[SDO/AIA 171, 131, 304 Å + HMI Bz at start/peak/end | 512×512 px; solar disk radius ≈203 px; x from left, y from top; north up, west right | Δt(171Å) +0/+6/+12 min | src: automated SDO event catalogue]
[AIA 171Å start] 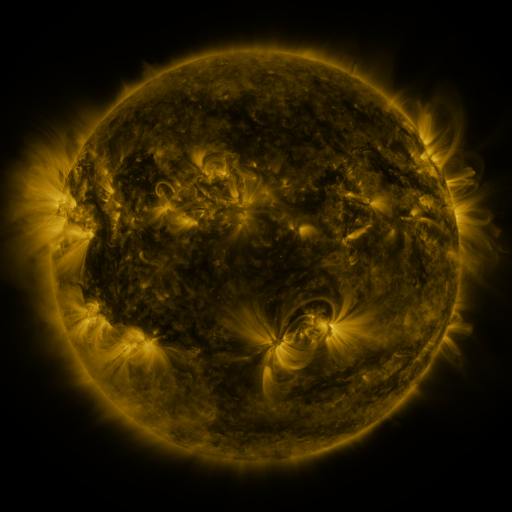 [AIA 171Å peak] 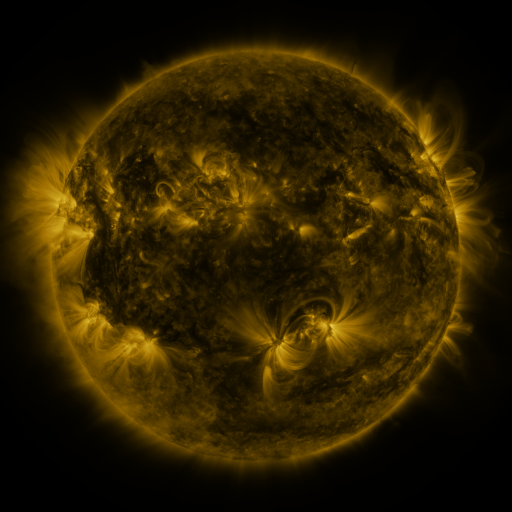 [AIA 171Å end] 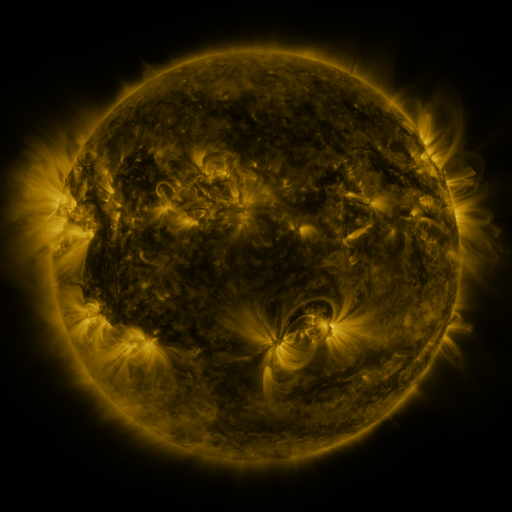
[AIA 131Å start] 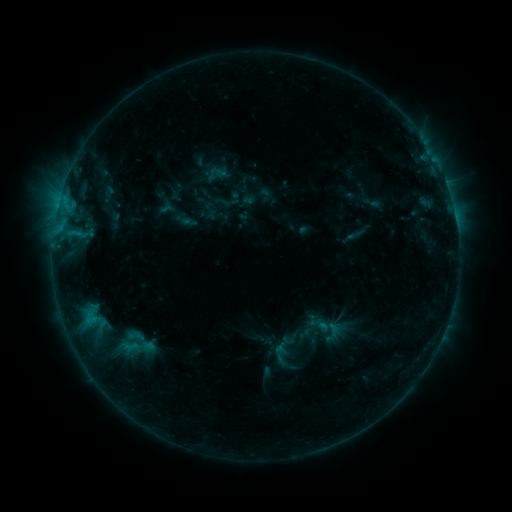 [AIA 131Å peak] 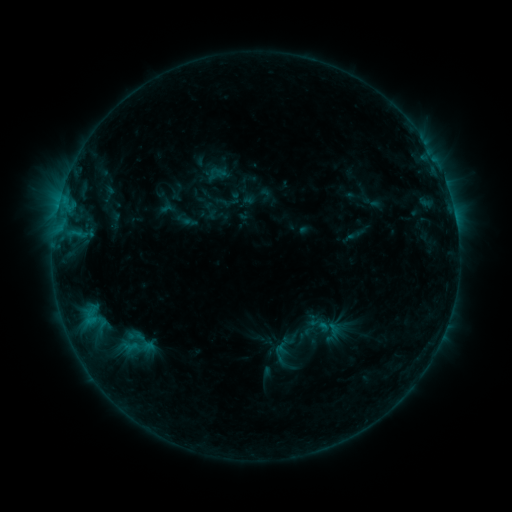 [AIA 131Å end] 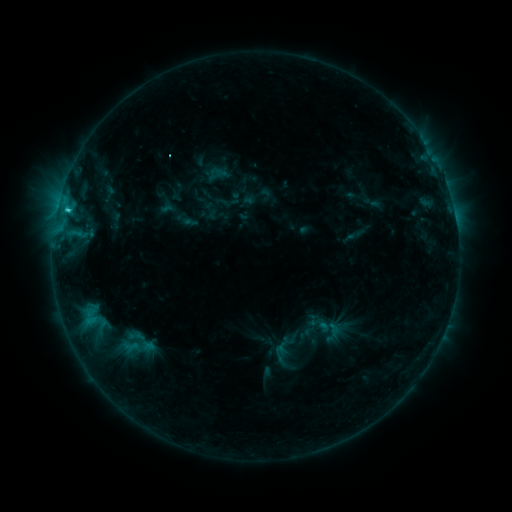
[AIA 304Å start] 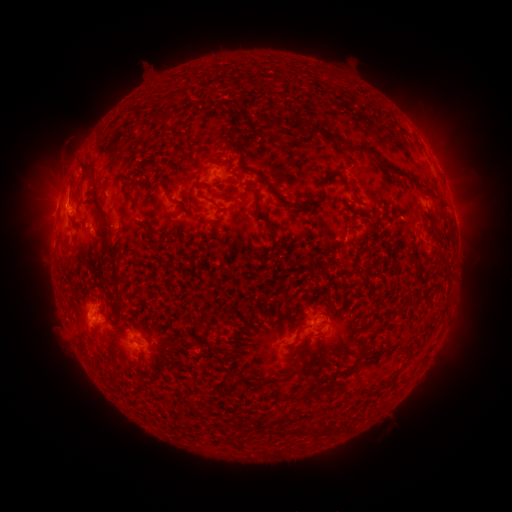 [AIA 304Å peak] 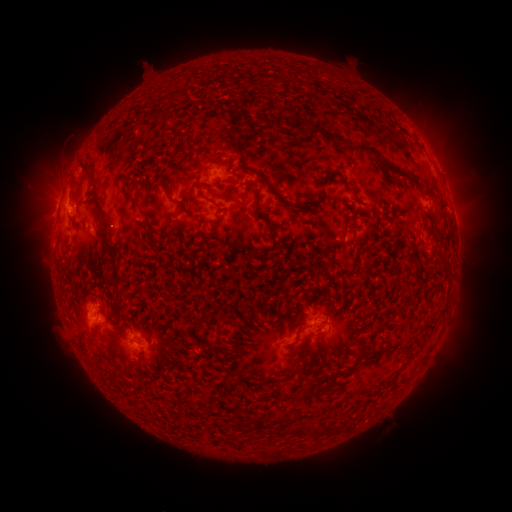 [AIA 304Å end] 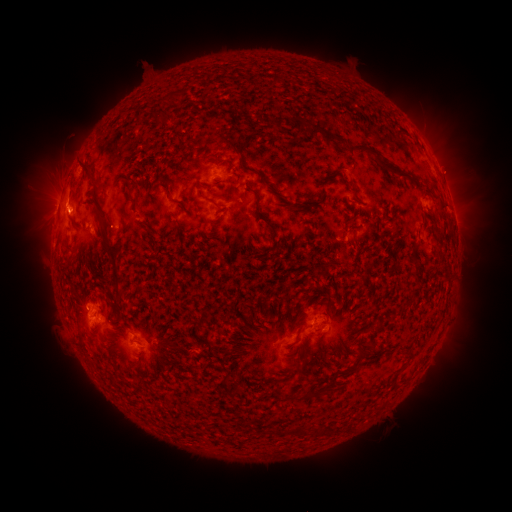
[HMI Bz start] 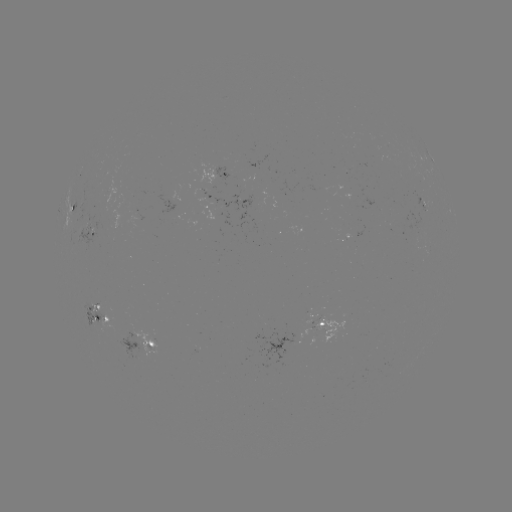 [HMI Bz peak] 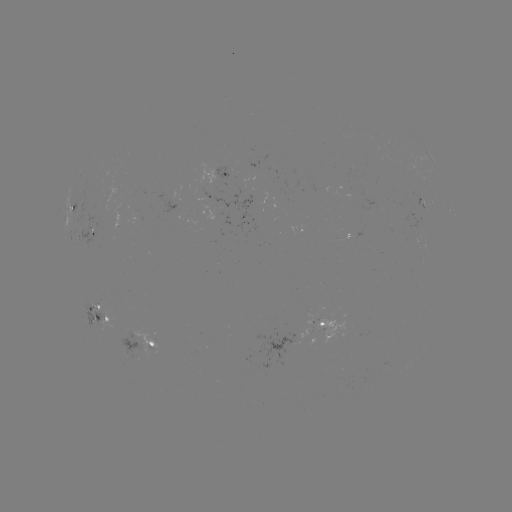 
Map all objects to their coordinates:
C1.7 flare: (69, 213)
